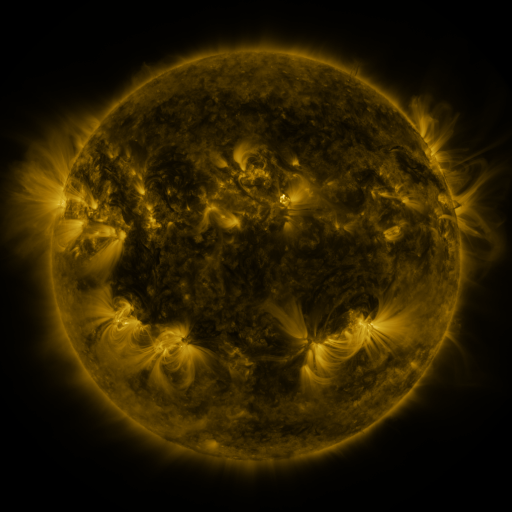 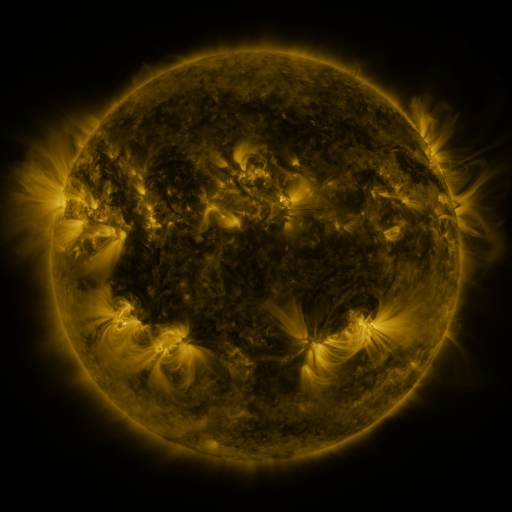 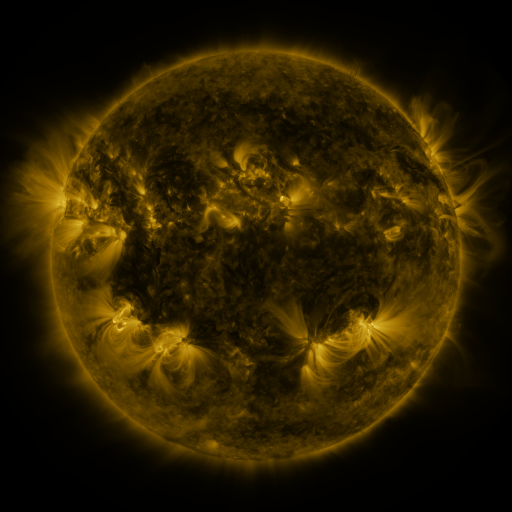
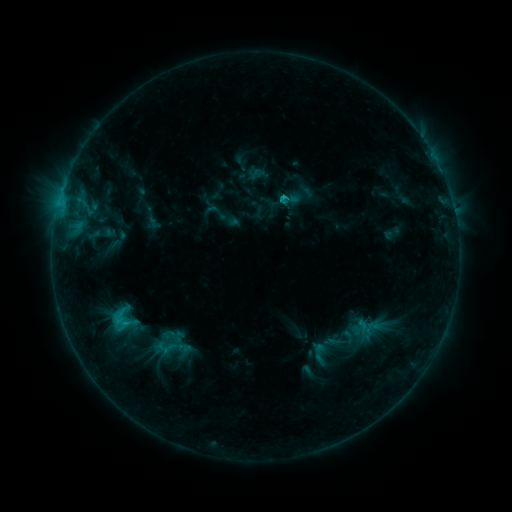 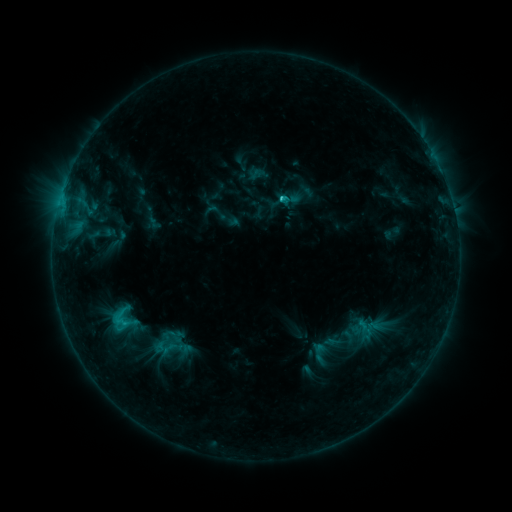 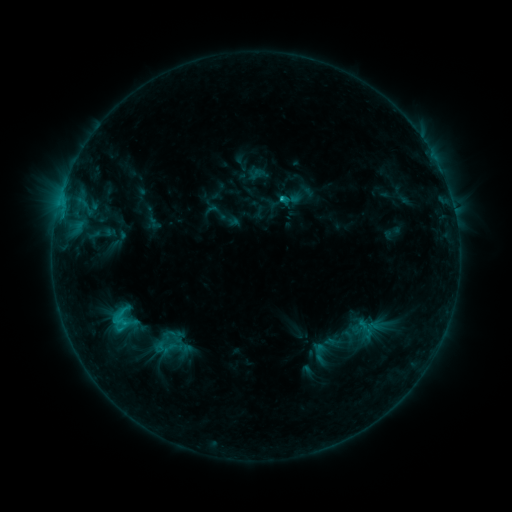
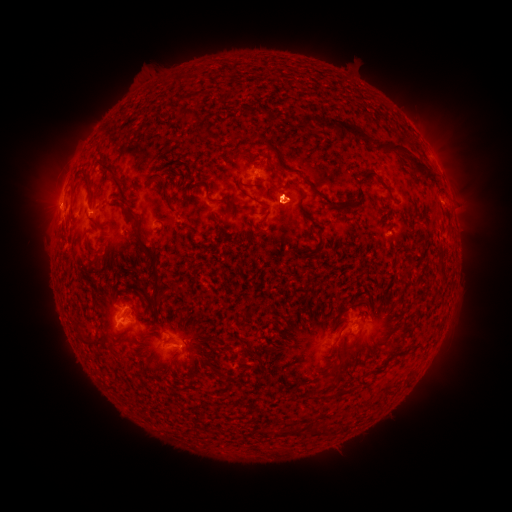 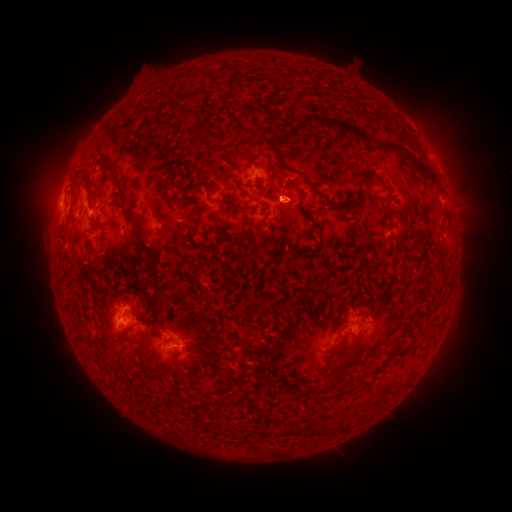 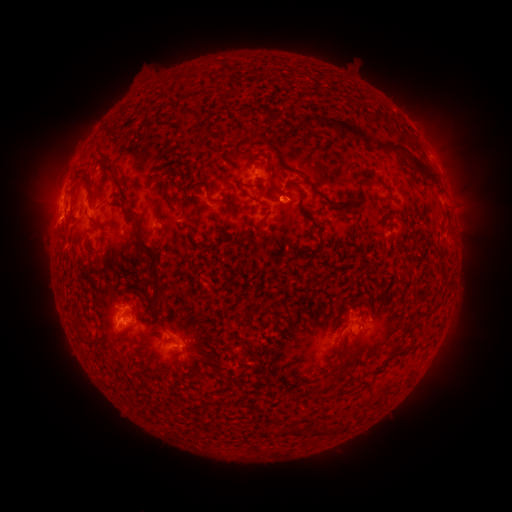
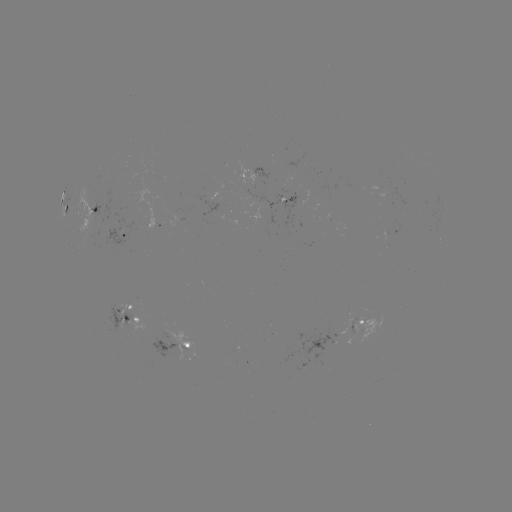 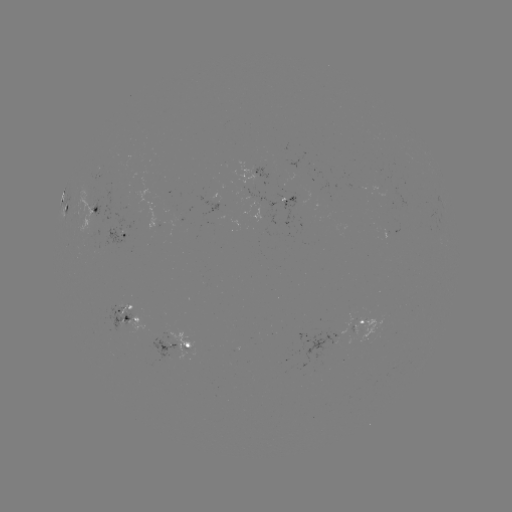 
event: flare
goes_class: C1.8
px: (279, 200)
